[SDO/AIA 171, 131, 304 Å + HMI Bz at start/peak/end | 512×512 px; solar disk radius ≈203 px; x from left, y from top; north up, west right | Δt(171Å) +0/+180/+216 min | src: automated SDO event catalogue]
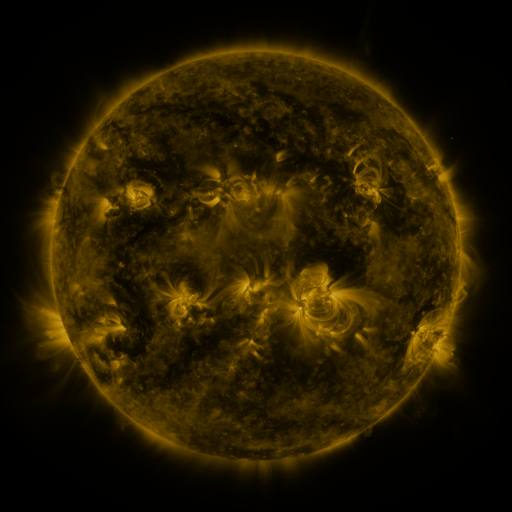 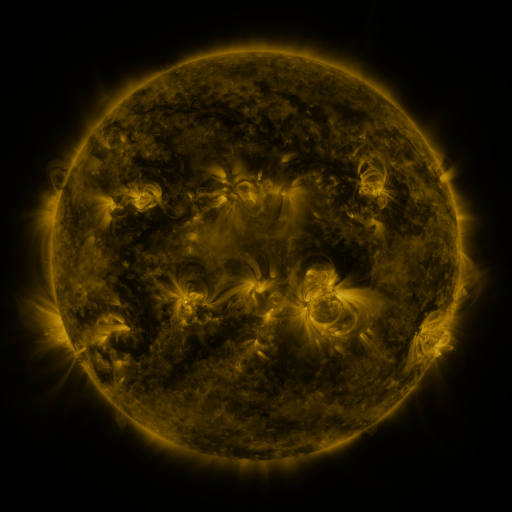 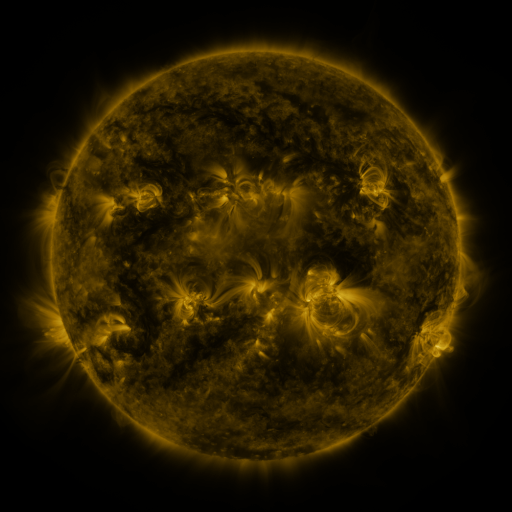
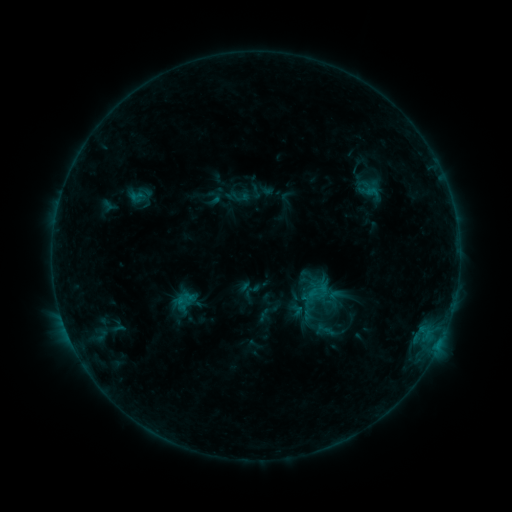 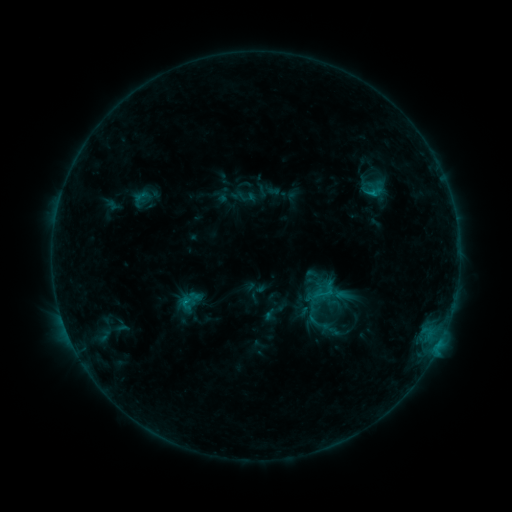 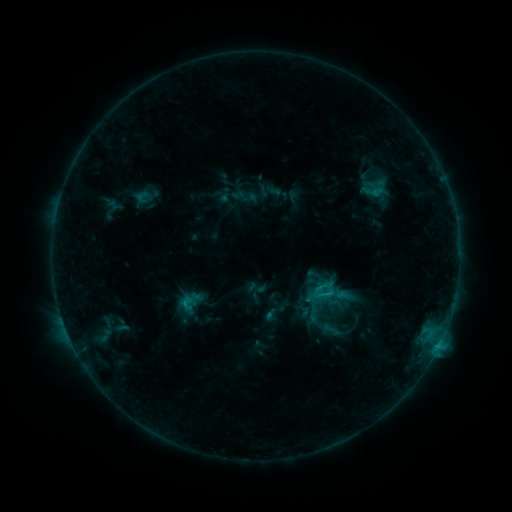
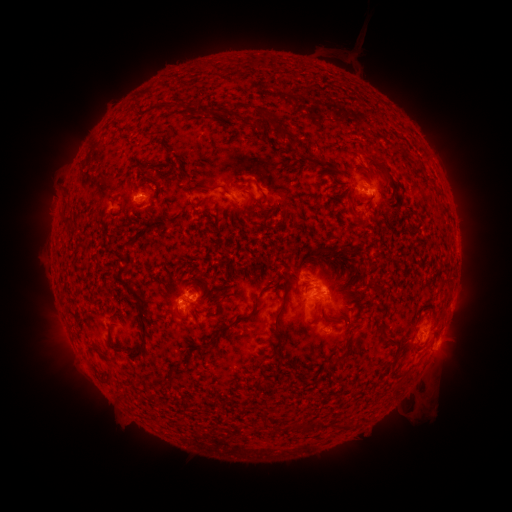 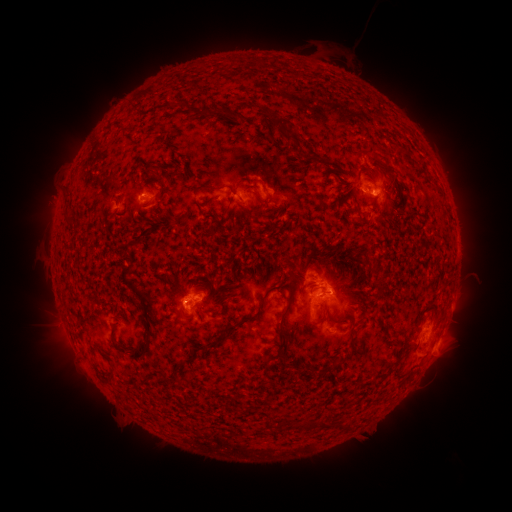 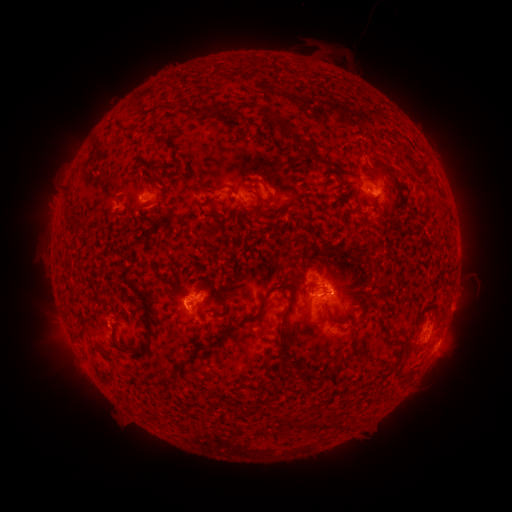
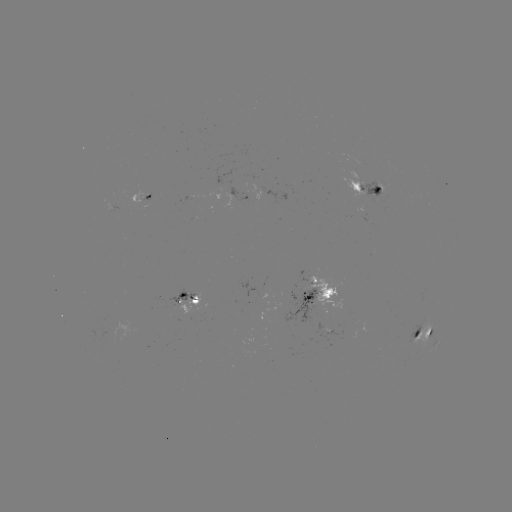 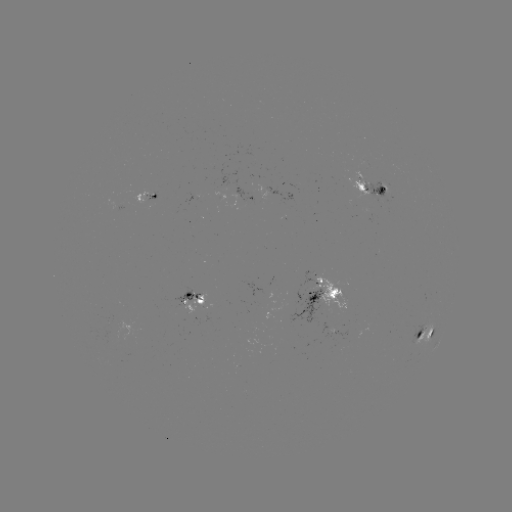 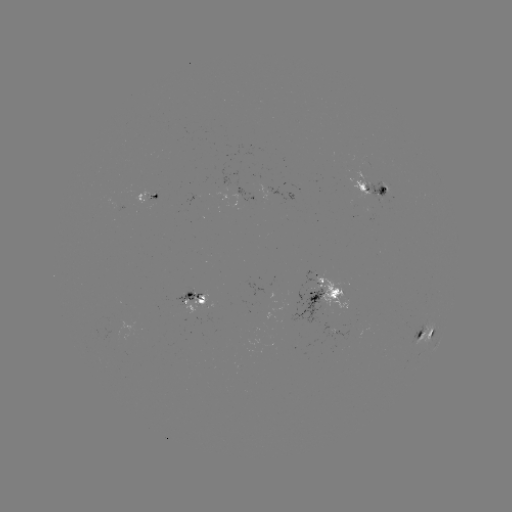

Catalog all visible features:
emerging-flux region: (337, 293)
